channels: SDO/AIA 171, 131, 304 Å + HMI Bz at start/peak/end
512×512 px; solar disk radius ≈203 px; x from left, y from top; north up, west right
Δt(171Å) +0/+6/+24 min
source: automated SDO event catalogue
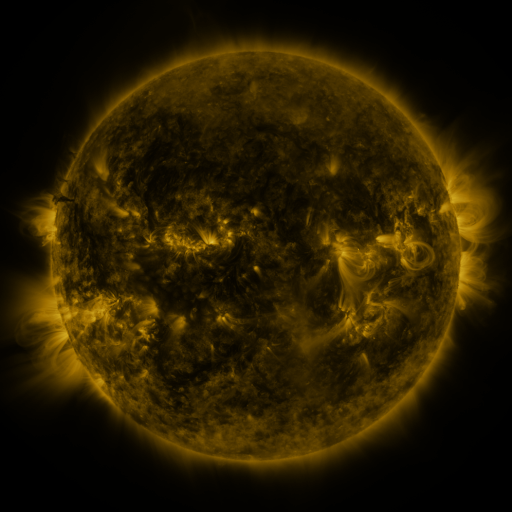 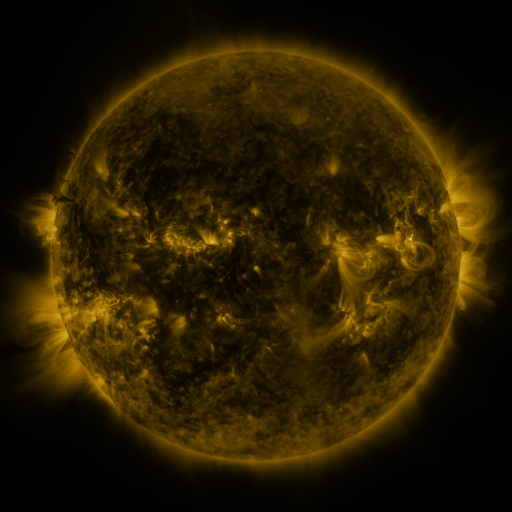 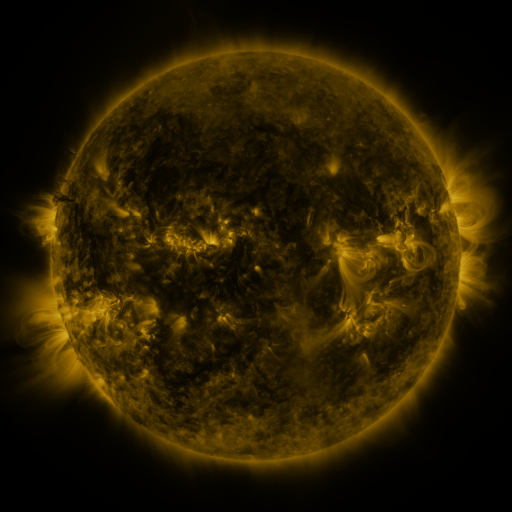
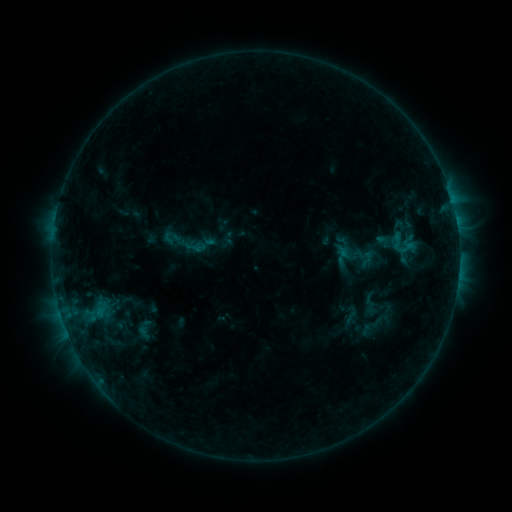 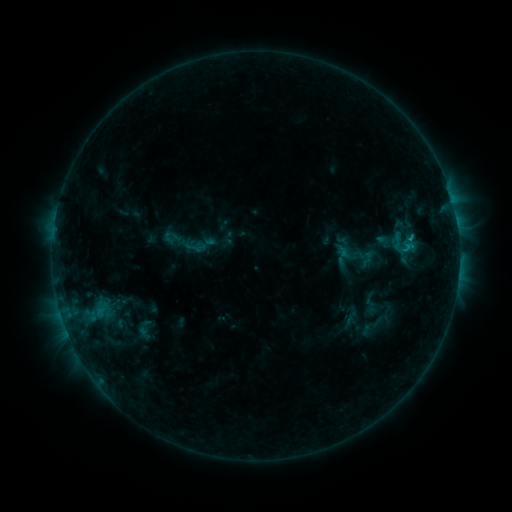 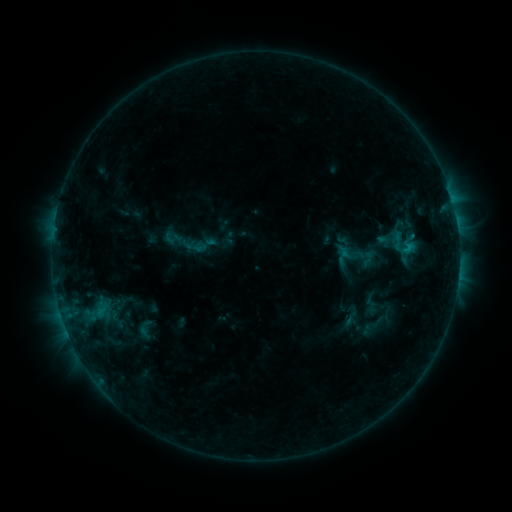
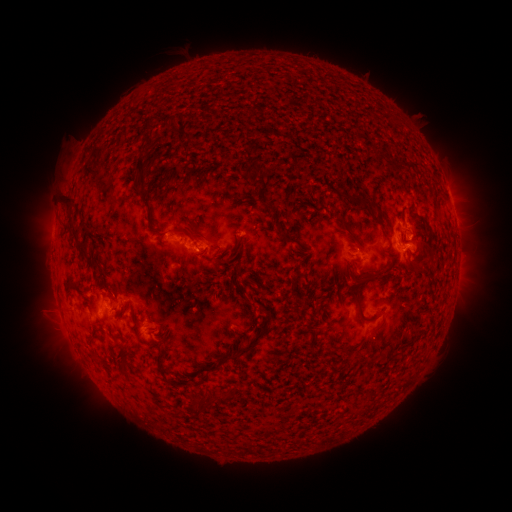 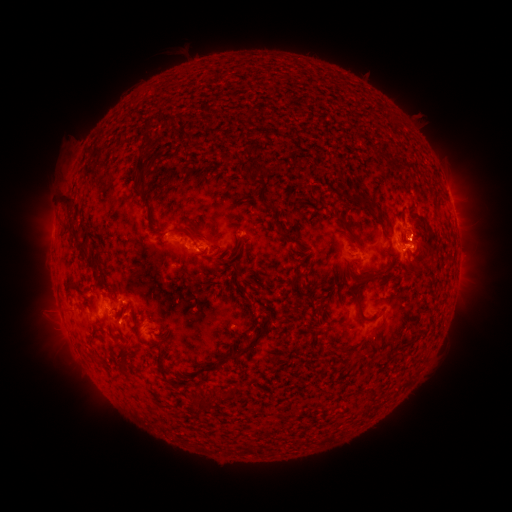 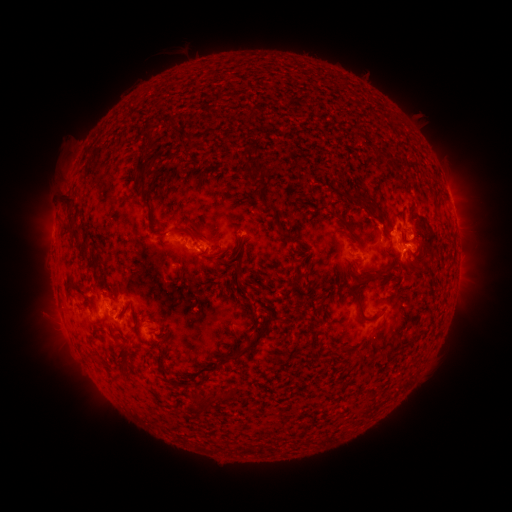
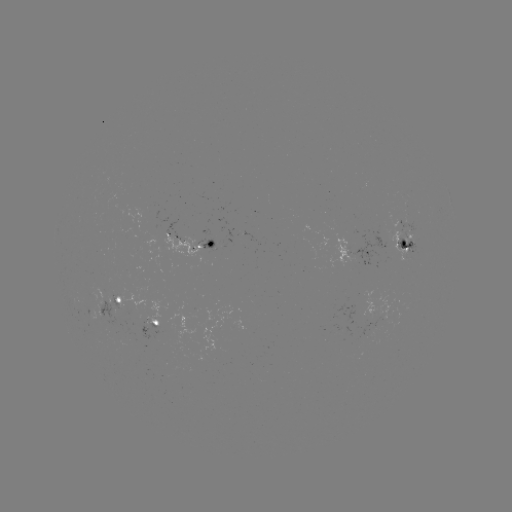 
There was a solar flare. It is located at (410, 240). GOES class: C1.0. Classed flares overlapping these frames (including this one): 1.